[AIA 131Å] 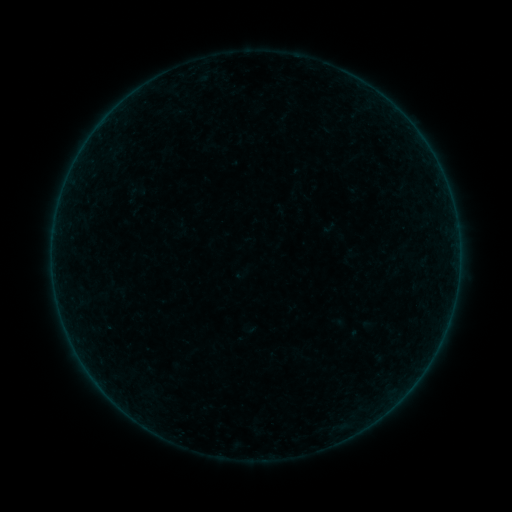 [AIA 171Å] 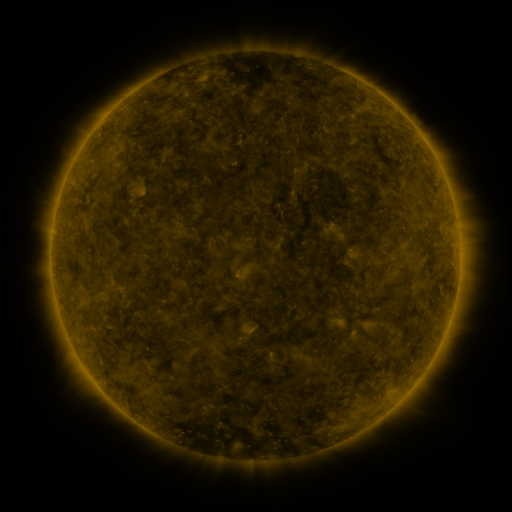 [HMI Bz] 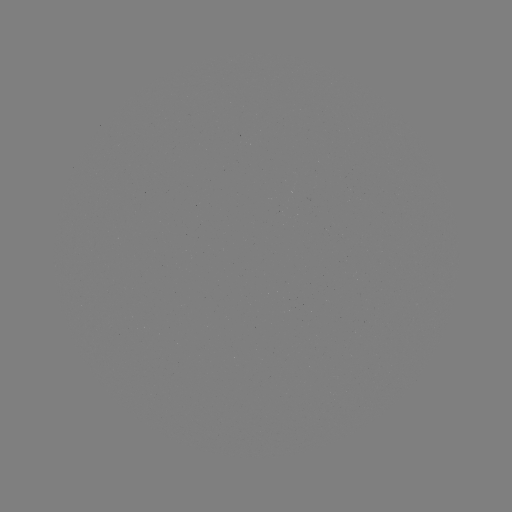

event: sigmoid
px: (136, 191)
